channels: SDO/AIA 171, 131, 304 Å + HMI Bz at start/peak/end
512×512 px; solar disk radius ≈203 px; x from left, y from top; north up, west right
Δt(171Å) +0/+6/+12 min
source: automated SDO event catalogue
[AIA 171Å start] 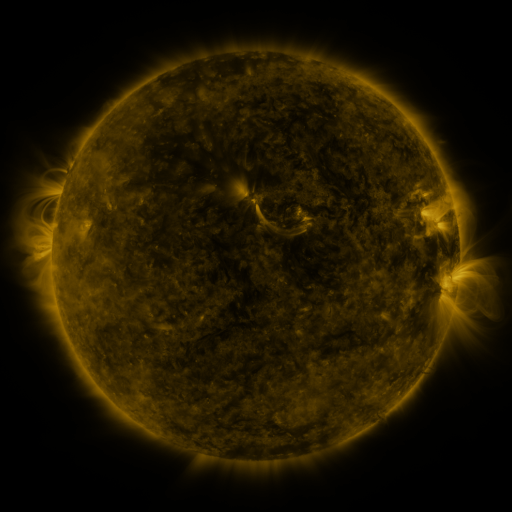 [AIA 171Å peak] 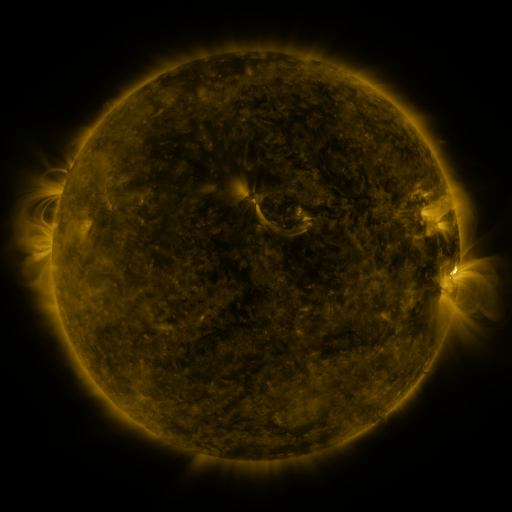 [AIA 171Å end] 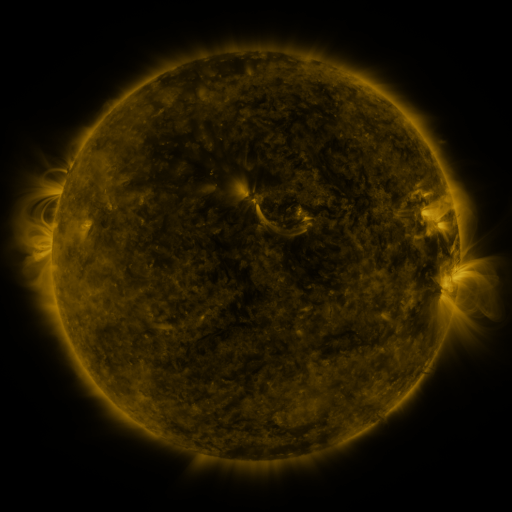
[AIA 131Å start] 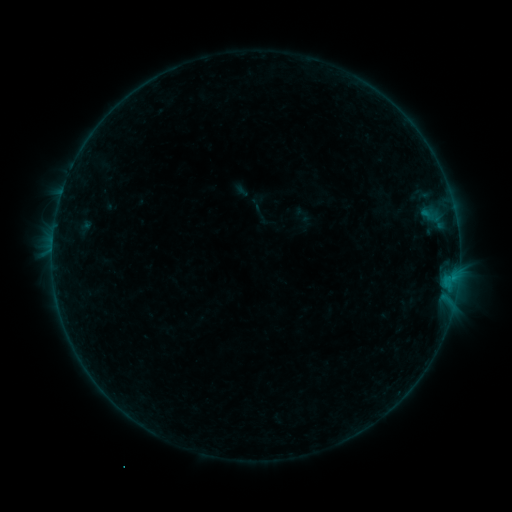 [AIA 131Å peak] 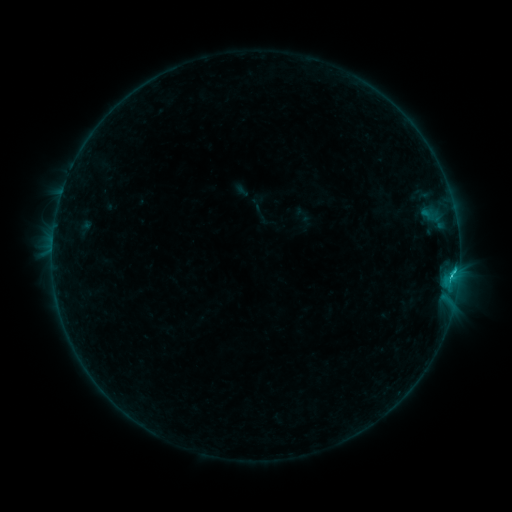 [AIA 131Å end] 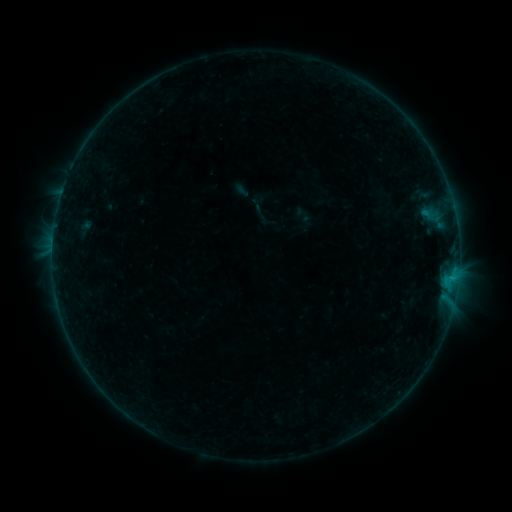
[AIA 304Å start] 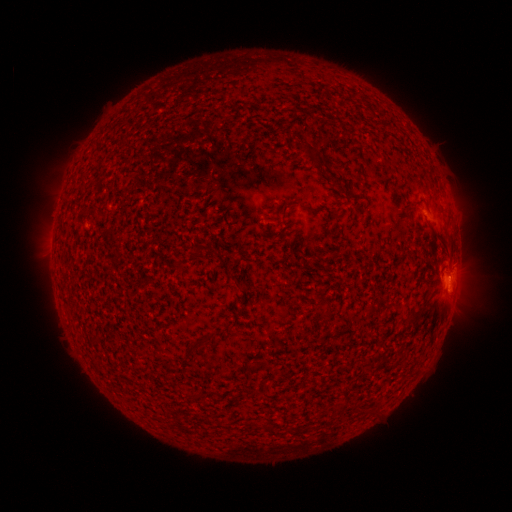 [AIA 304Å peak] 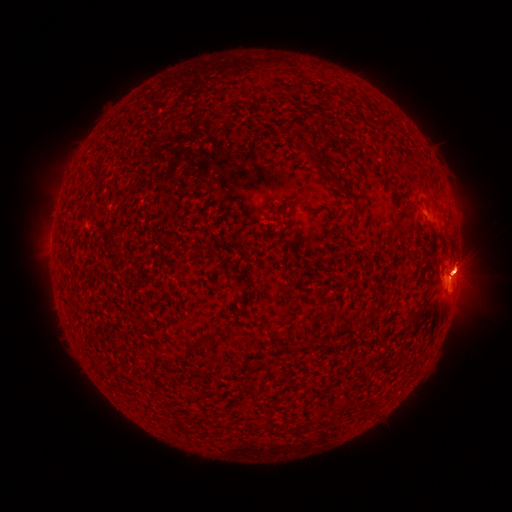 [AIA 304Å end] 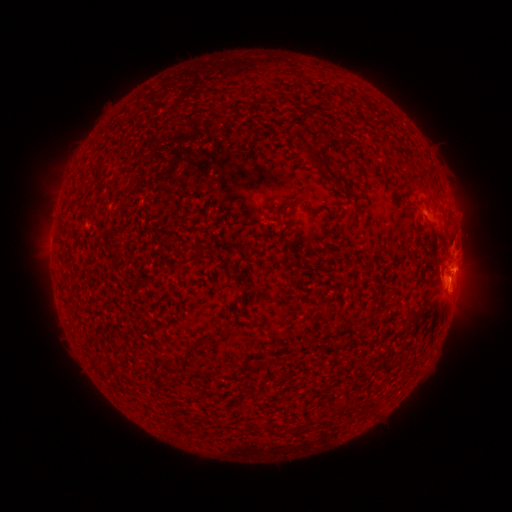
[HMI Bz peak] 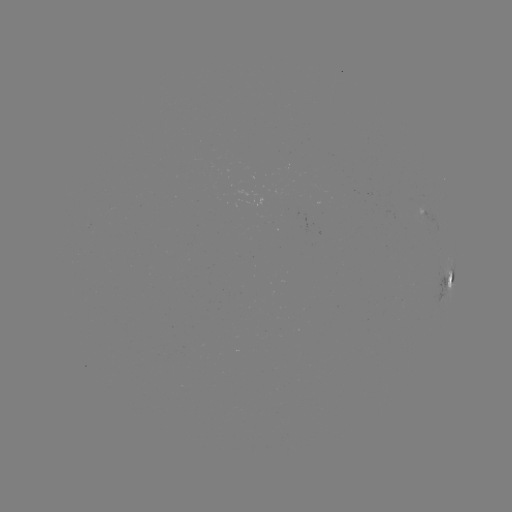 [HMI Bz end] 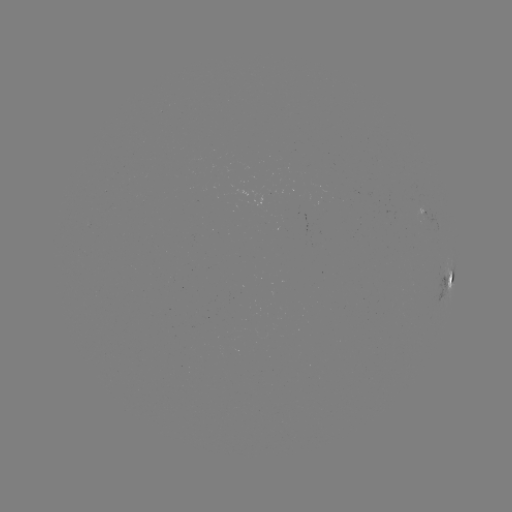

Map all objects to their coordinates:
C2.3 flare: (452, 270)
